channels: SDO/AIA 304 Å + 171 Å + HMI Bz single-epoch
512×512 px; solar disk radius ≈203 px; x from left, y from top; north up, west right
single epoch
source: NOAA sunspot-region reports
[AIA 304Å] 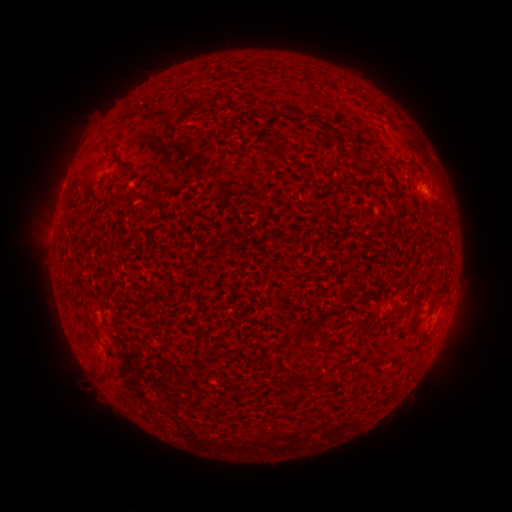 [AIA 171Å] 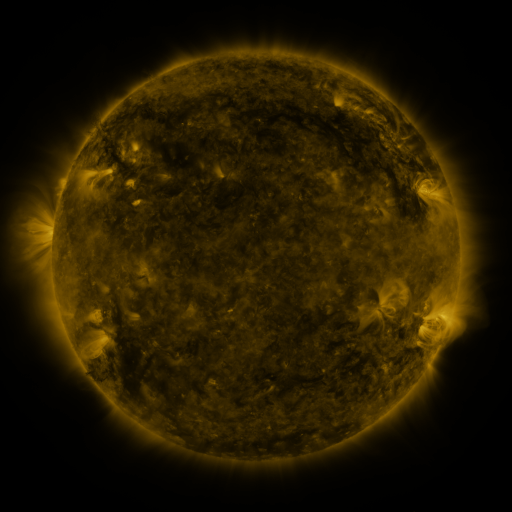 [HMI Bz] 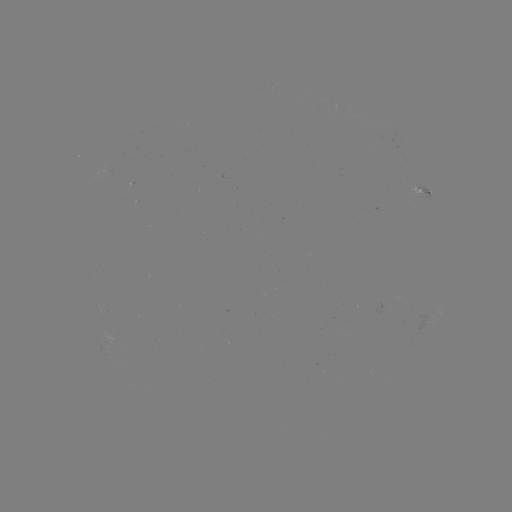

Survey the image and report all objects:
spotted active region: (419, 191)
spotted active region: (423, 325)
